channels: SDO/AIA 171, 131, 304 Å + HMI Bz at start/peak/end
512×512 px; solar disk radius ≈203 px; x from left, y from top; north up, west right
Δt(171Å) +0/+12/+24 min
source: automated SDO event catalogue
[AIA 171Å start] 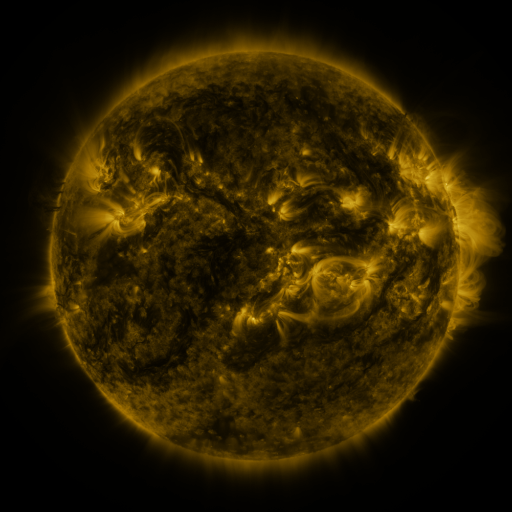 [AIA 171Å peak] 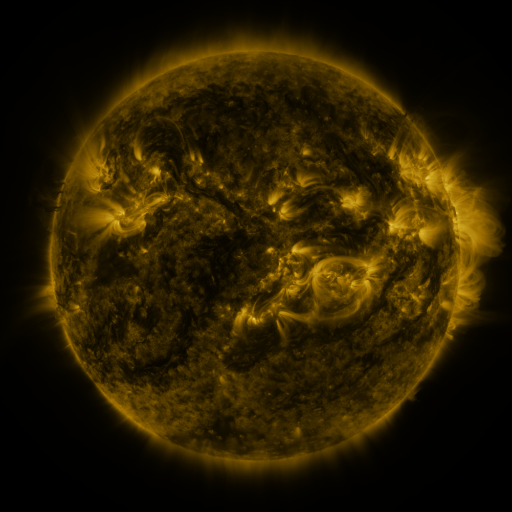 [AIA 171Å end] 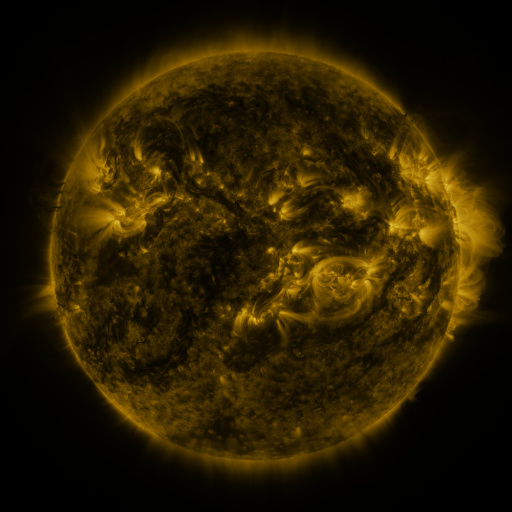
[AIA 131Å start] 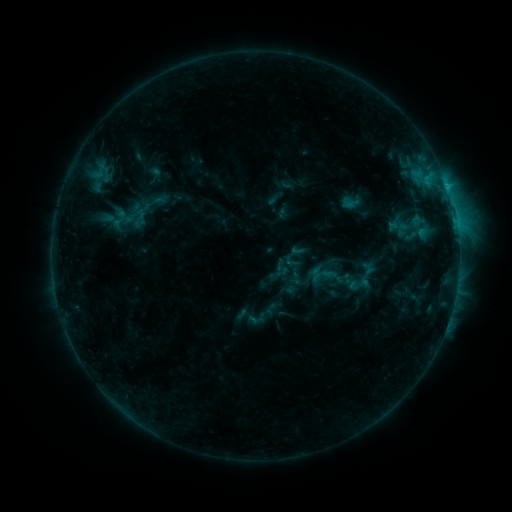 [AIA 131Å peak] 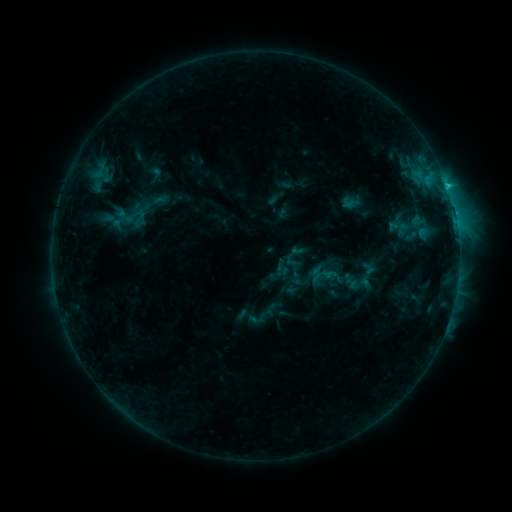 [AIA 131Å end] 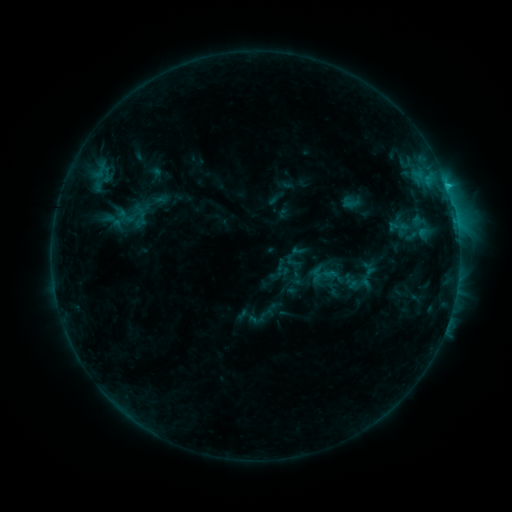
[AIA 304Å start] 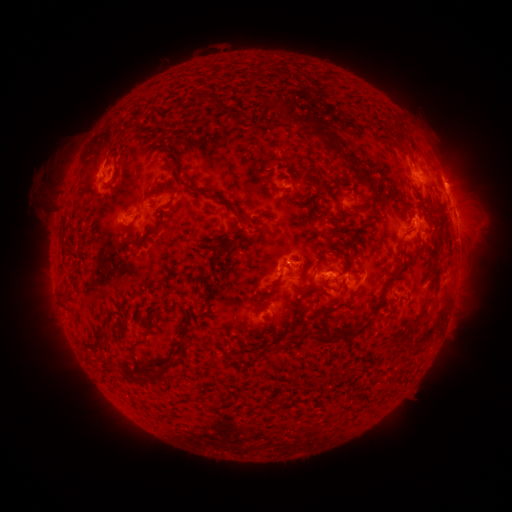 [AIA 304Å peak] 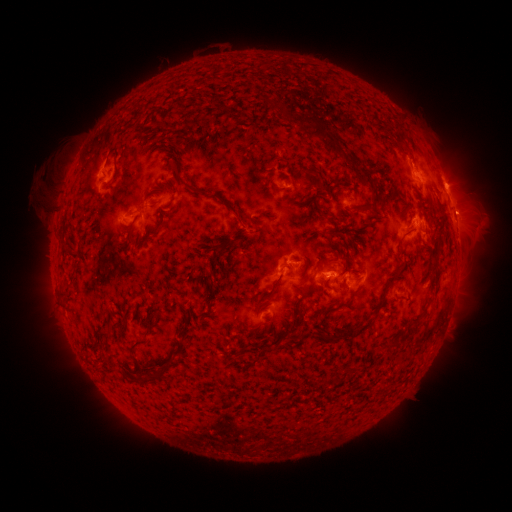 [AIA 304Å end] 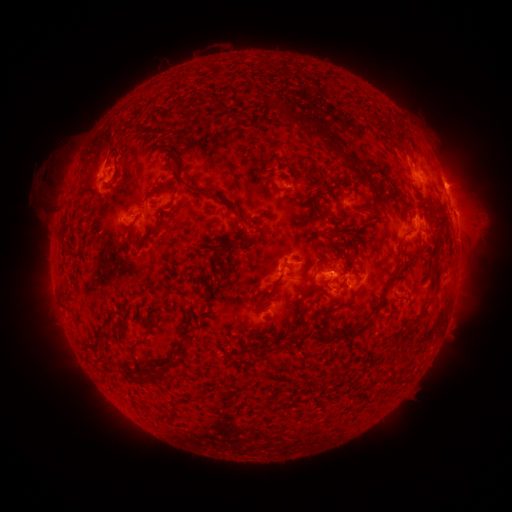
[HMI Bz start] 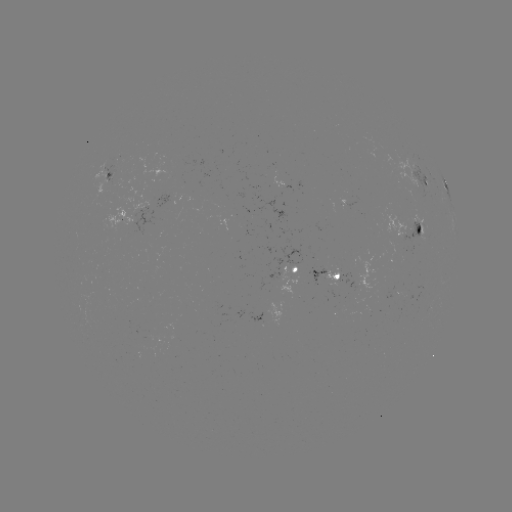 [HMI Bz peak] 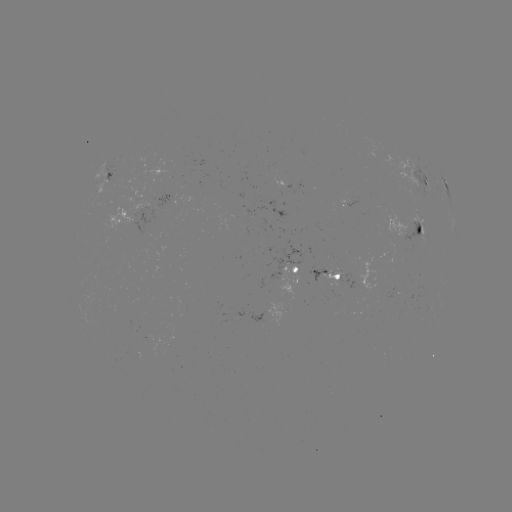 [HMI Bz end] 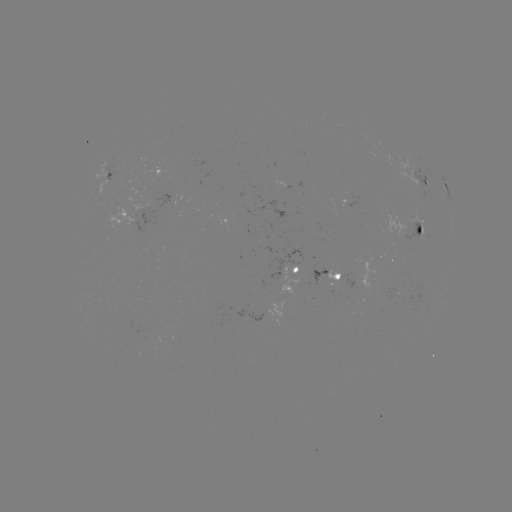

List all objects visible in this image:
C1.4 flare: (445, 190)
